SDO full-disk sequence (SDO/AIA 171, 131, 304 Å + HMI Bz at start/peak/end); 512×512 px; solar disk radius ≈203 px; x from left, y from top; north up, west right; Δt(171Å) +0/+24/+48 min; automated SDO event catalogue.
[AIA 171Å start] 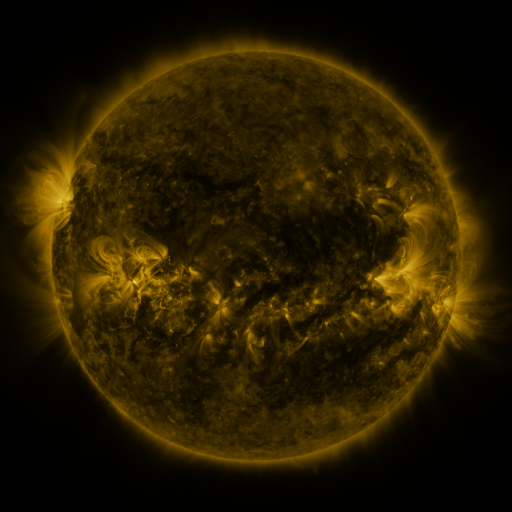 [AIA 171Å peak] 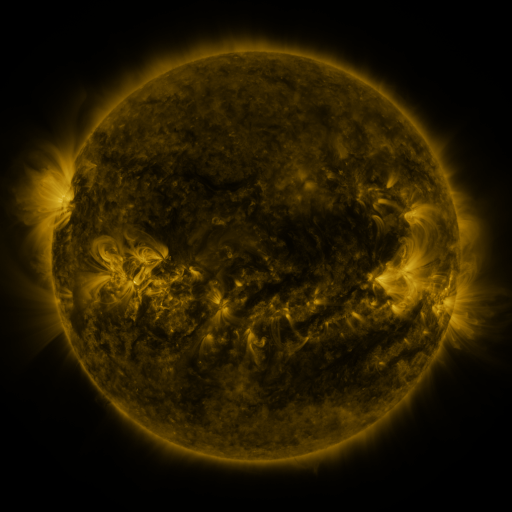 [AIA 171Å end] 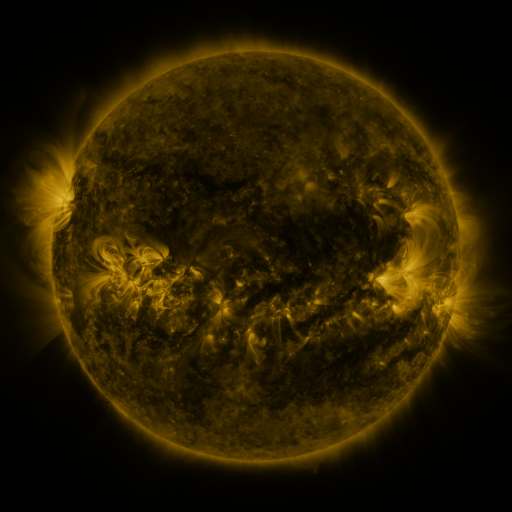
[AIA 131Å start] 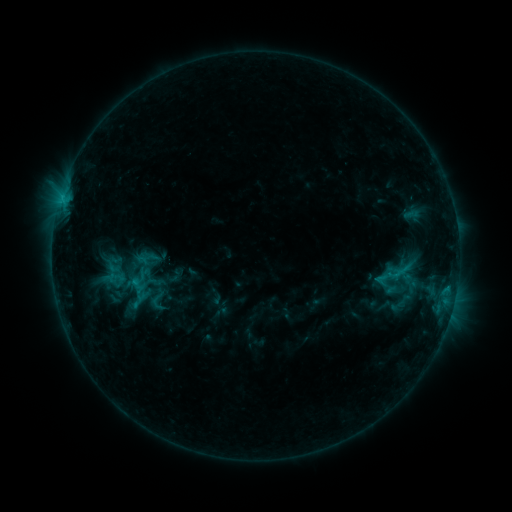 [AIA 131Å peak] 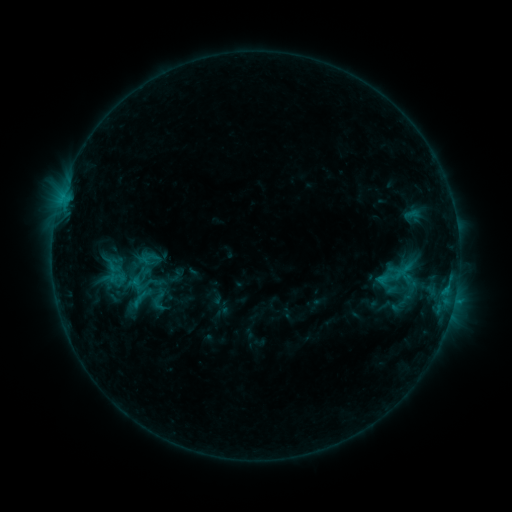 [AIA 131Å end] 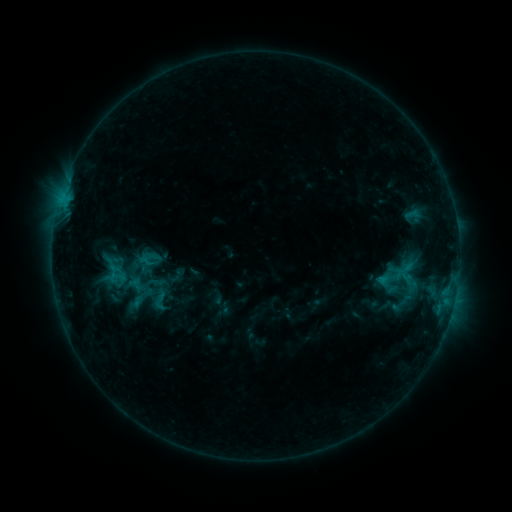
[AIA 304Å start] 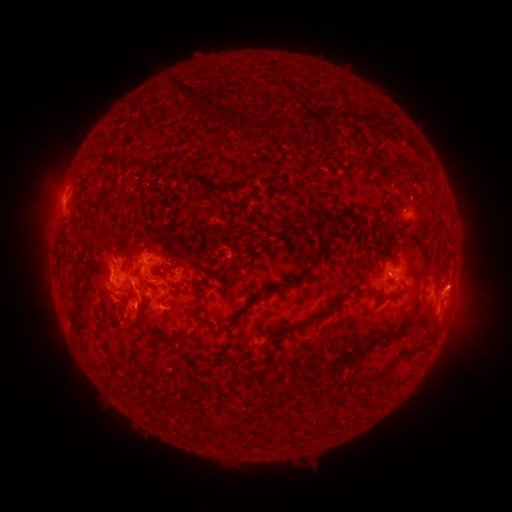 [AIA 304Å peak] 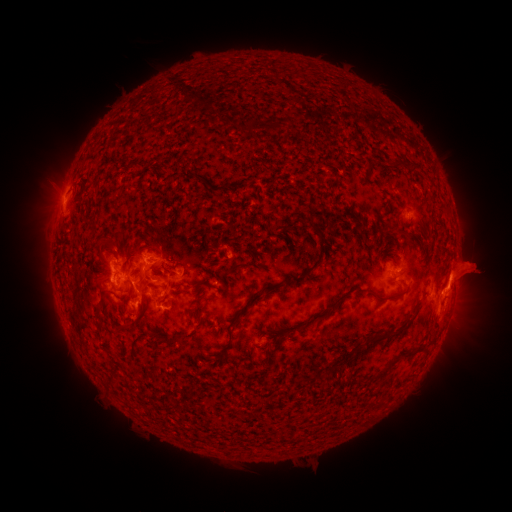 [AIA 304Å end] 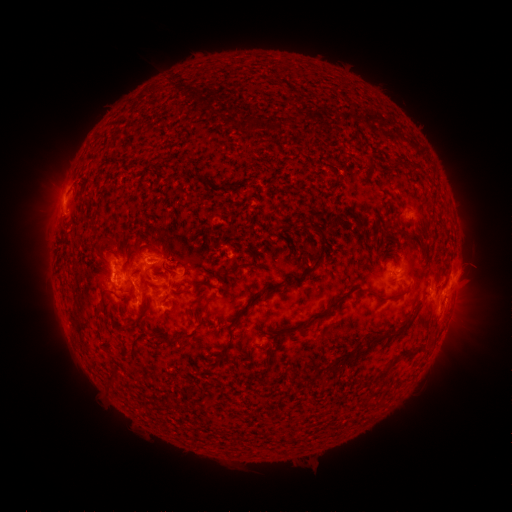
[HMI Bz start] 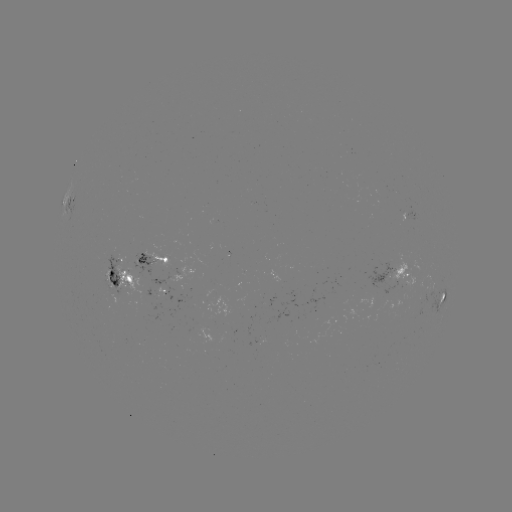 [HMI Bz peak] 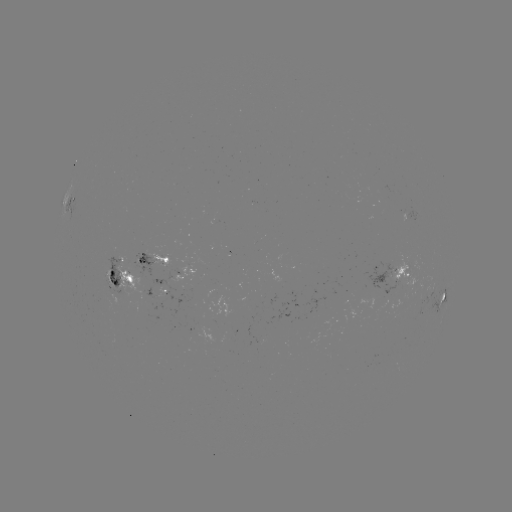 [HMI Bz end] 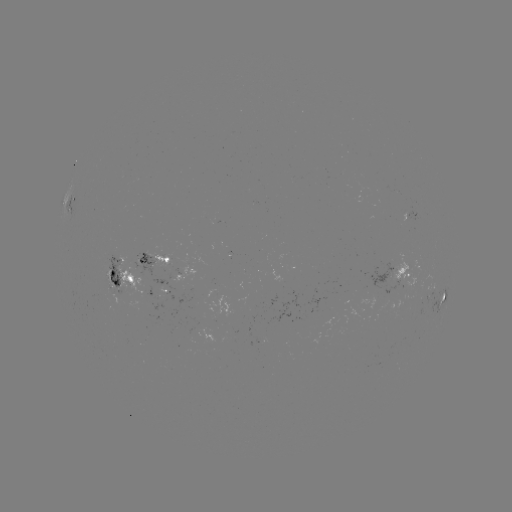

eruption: <bbox>431, 242, 508, 313</bbox>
